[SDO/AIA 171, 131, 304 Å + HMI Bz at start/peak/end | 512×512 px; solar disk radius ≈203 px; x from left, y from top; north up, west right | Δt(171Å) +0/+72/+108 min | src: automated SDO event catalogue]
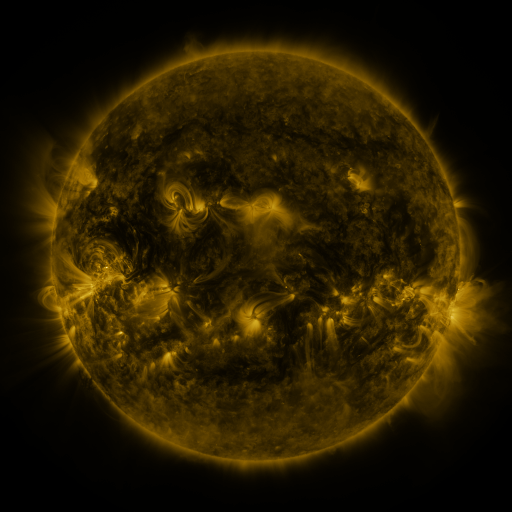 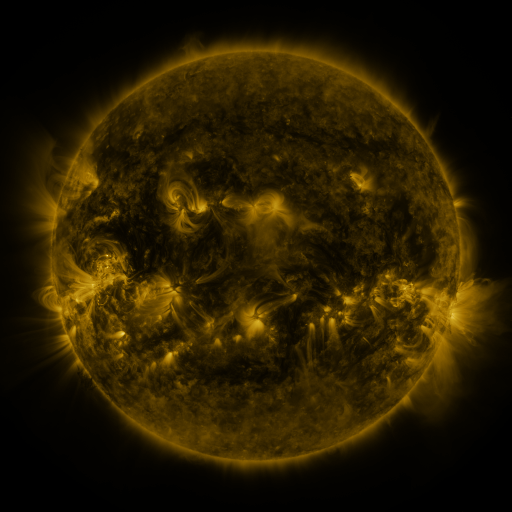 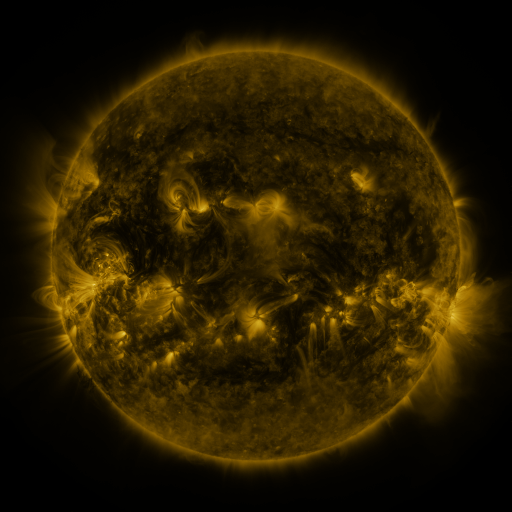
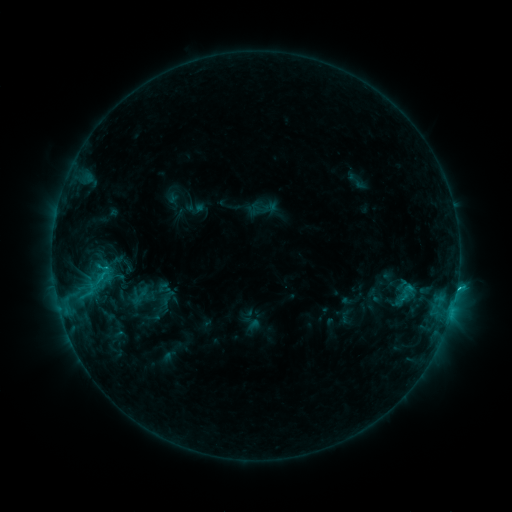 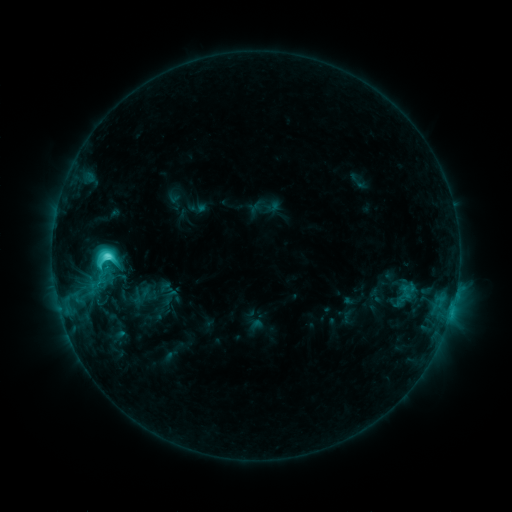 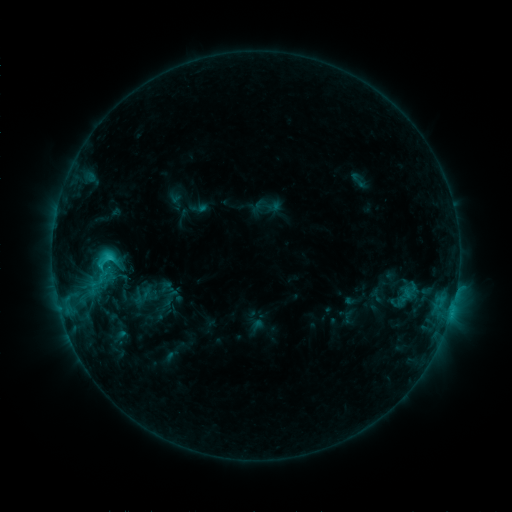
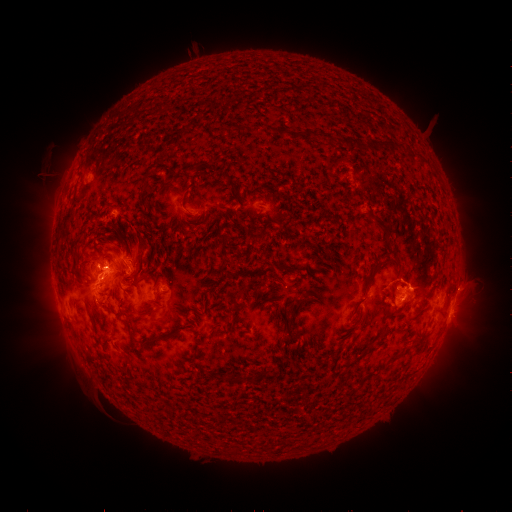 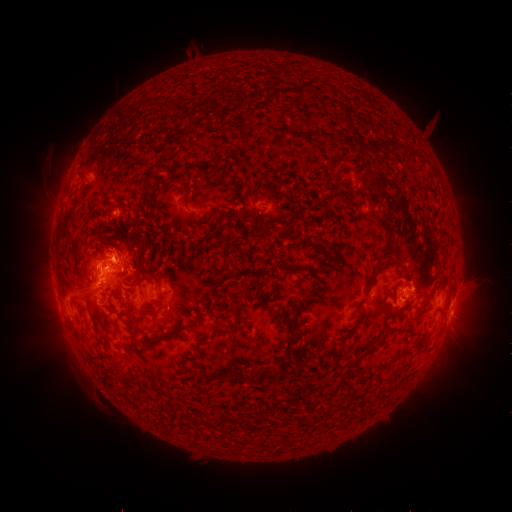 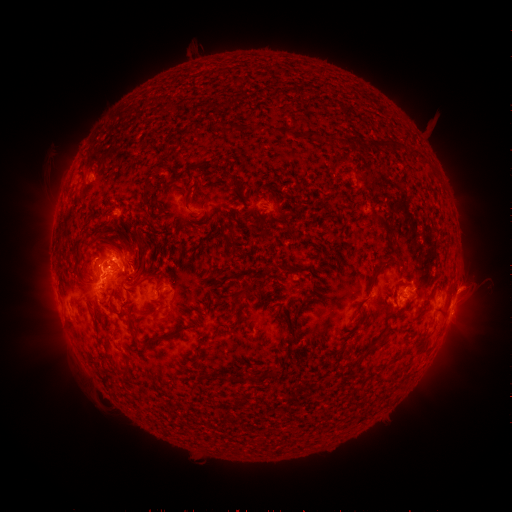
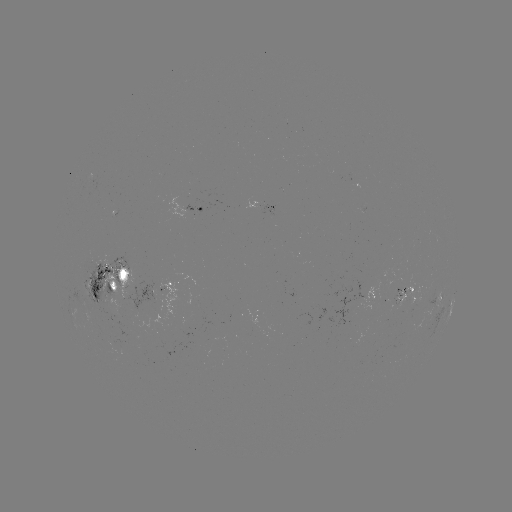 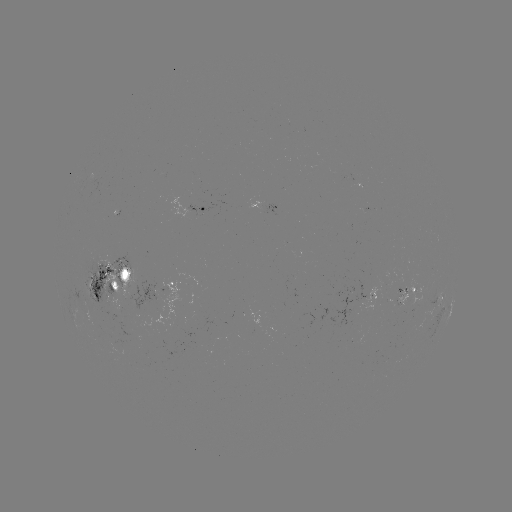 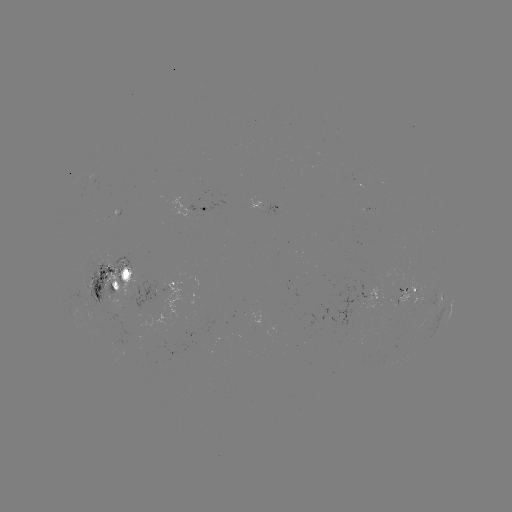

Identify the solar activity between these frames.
emerging-flux region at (395, 281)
